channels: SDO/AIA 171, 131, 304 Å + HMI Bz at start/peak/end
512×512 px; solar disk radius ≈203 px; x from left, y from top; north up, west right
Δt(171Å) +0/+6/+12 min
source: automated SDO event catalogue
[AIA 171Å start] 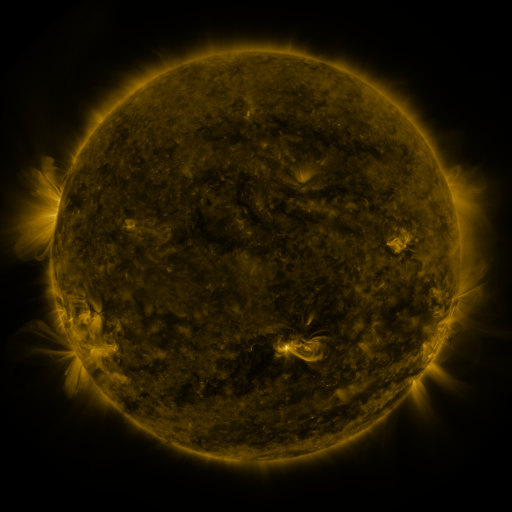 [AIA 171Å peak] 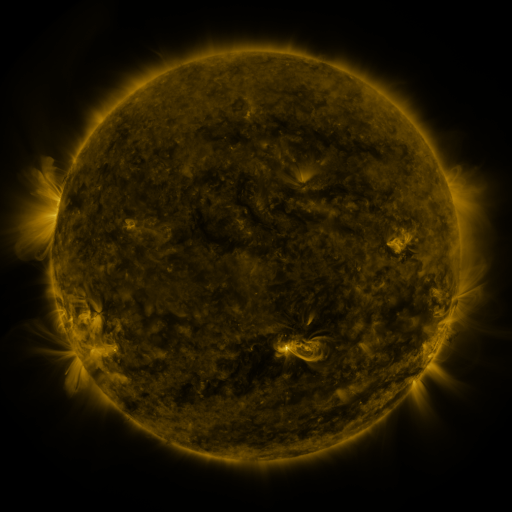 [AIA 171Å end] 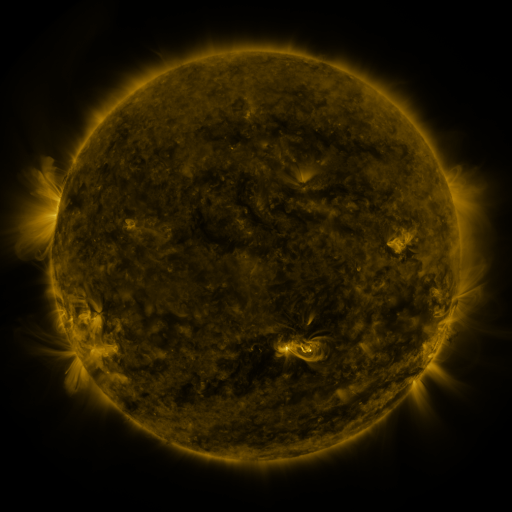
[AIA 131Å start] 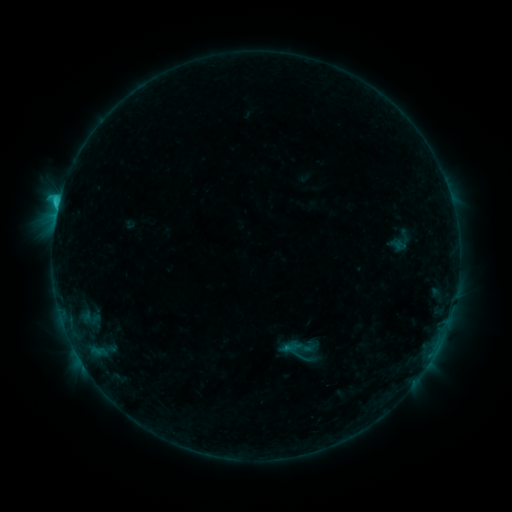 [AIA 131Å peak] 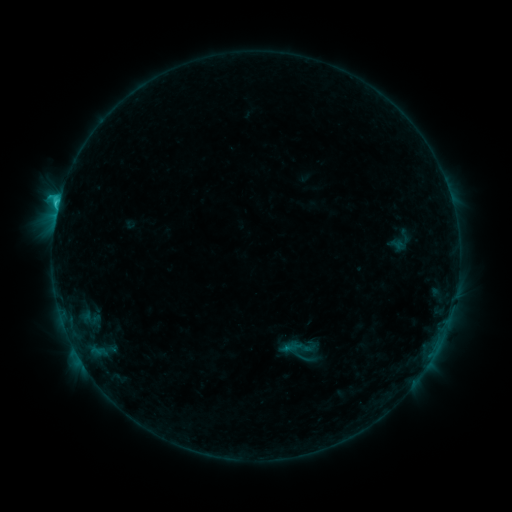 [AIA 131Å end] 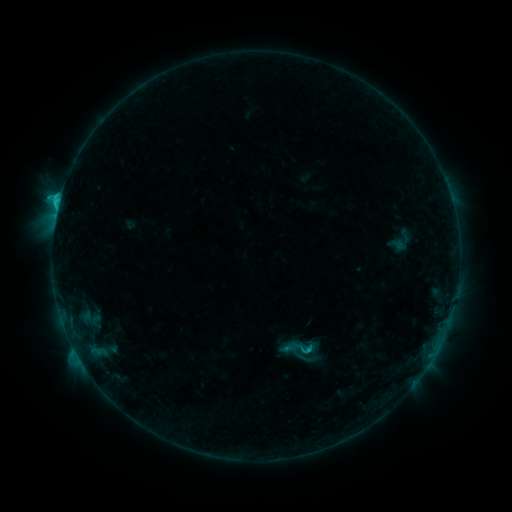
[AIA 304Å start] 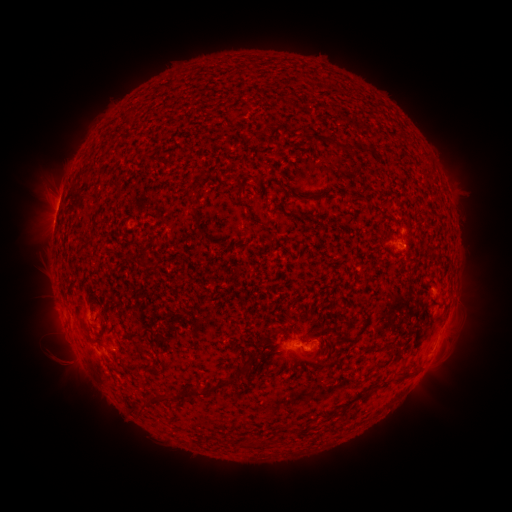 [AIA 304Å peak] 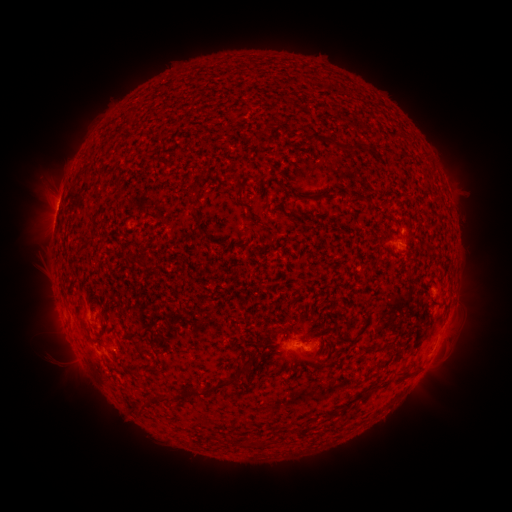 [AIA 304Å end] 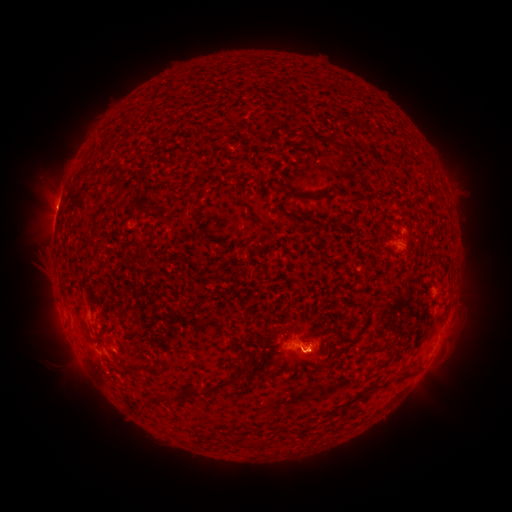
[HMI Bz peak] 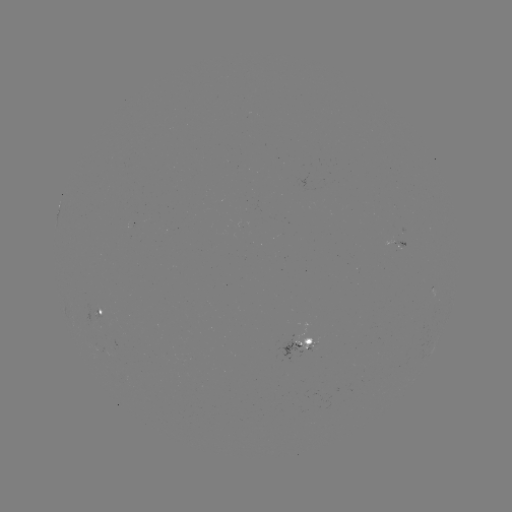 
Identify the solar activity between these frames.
eruption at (314, 361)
